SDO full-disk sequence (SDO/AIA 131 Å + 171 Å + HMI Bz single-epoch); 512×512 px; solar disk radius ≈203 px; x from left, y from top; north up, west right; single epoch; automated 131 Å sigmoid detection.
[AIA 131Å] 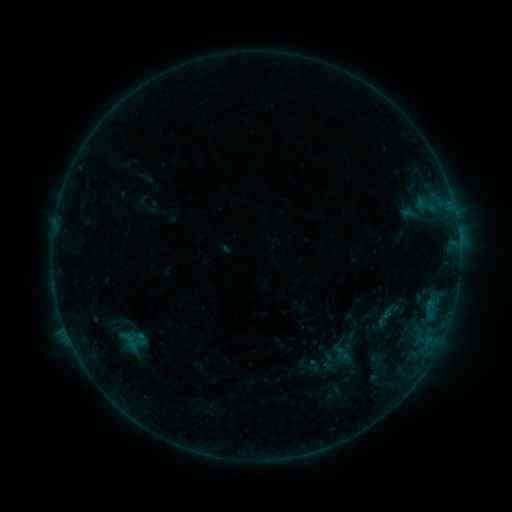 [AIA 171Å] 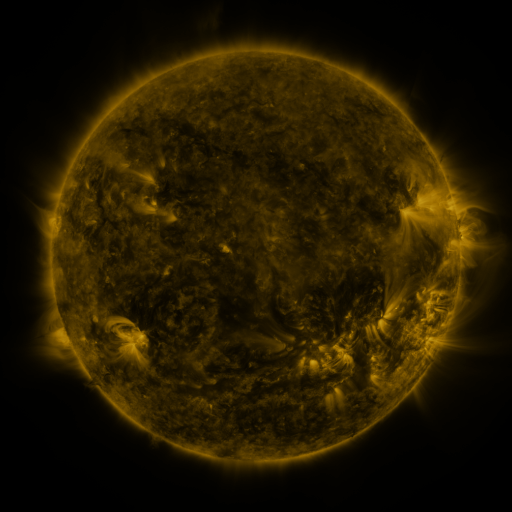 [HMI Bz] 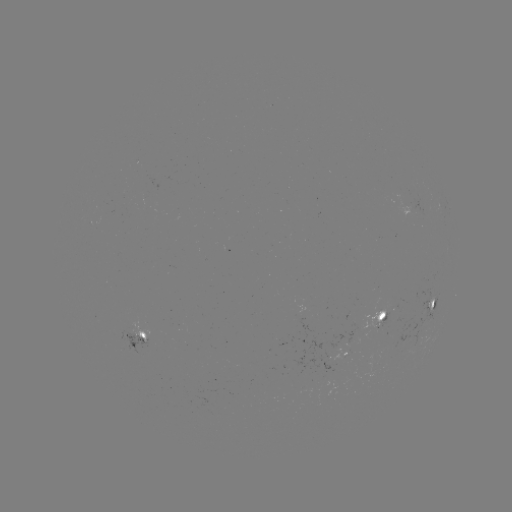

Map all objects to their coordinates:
sigmoid: [319, 352, 337, 370]
sigmoid: [339, 361, 372, 394]
